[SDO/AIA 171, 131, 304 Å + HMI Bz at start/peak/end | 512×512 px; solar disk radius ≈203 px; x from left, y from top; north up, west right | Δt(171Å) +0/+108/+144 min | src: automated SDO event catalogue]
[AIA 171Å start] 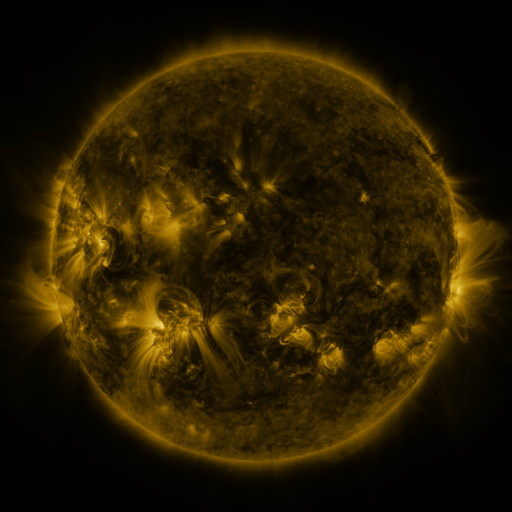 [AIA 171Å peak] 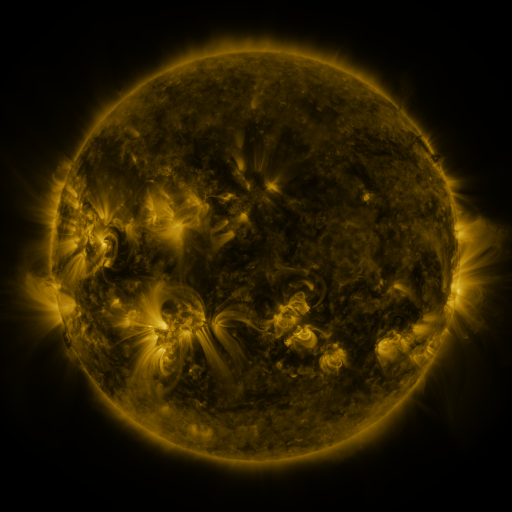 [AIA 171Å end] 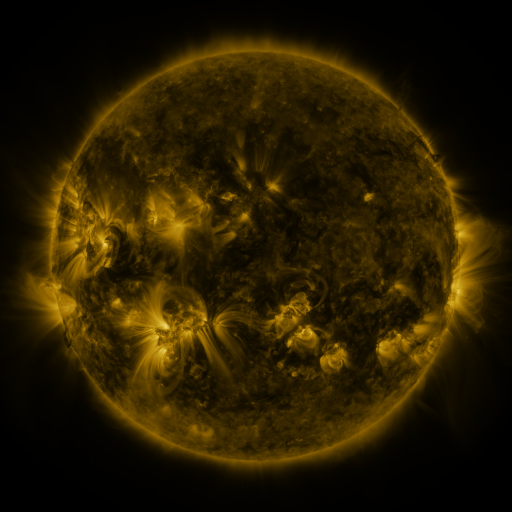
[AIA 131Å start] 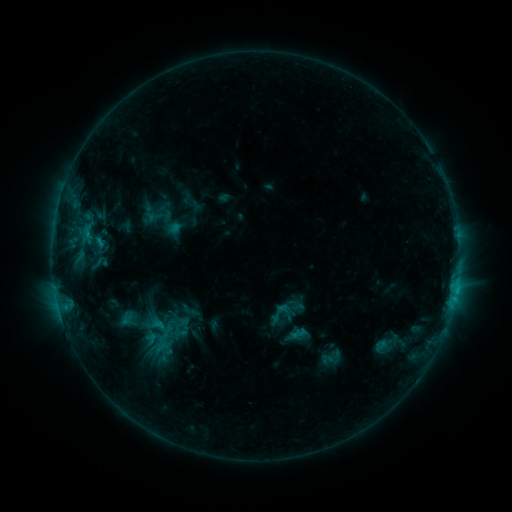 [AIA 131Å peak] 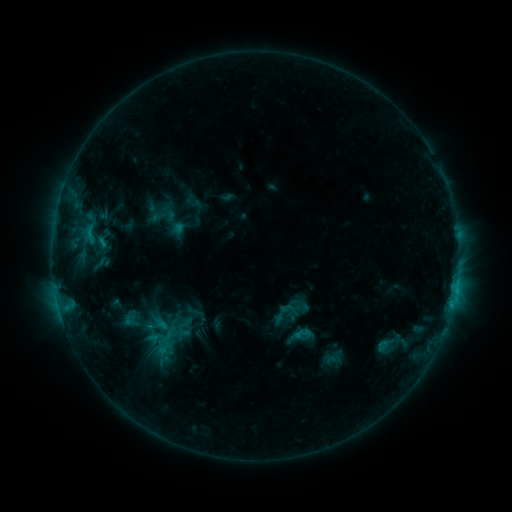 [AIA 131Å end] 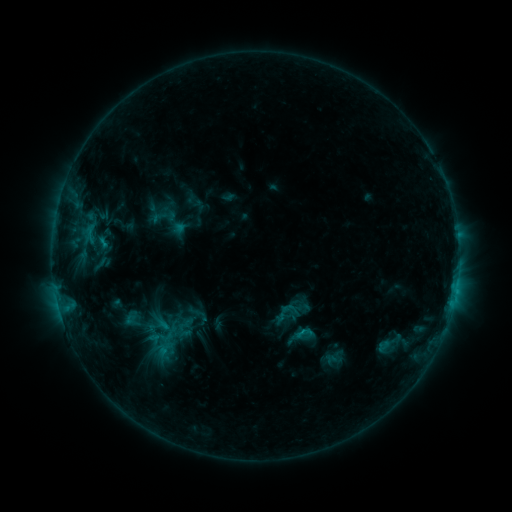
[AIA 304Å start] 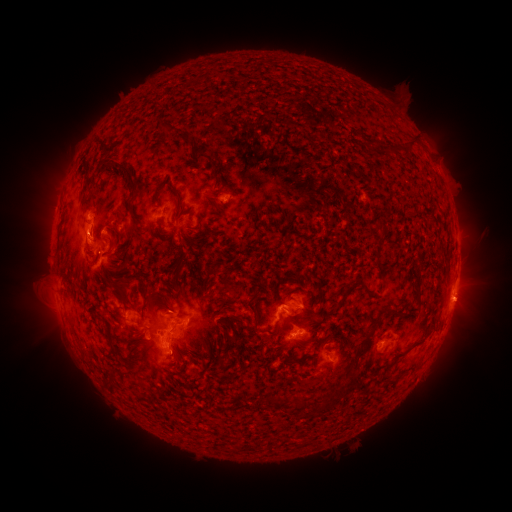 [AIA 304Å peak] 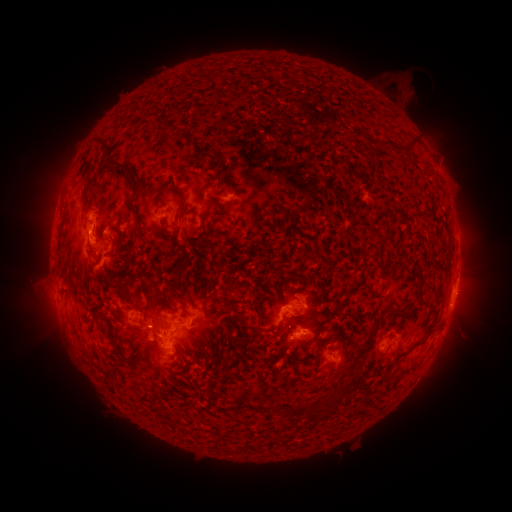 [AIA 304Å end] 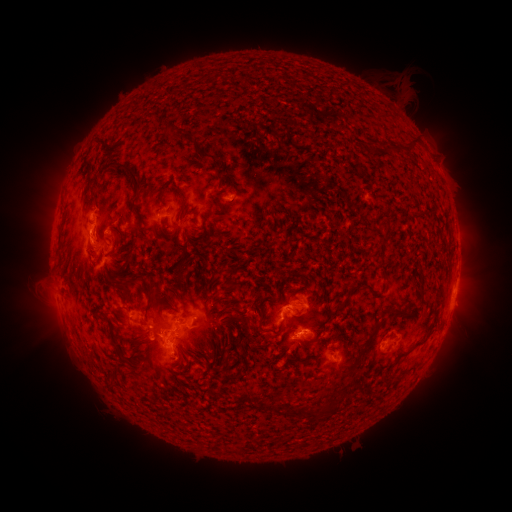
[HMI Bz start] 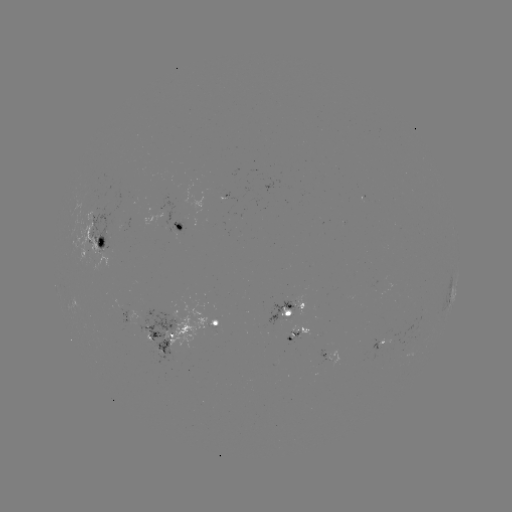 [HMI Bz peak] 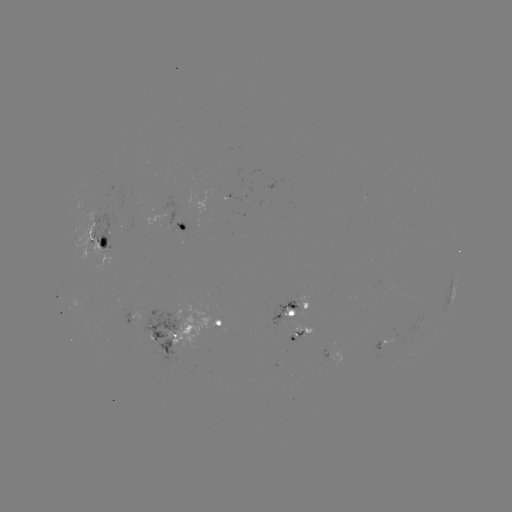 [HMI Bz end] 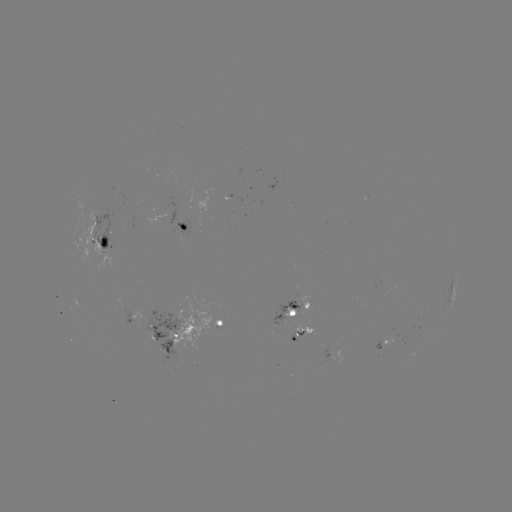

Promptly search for emerging-flux region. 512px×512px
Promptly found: [127, 222].